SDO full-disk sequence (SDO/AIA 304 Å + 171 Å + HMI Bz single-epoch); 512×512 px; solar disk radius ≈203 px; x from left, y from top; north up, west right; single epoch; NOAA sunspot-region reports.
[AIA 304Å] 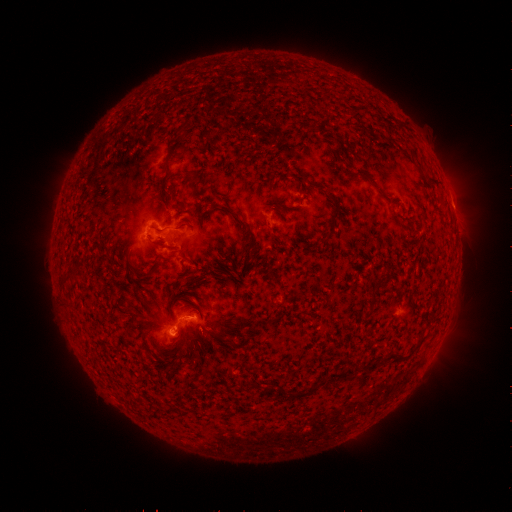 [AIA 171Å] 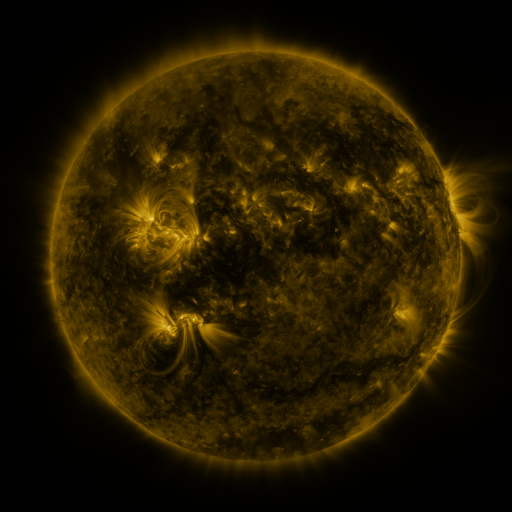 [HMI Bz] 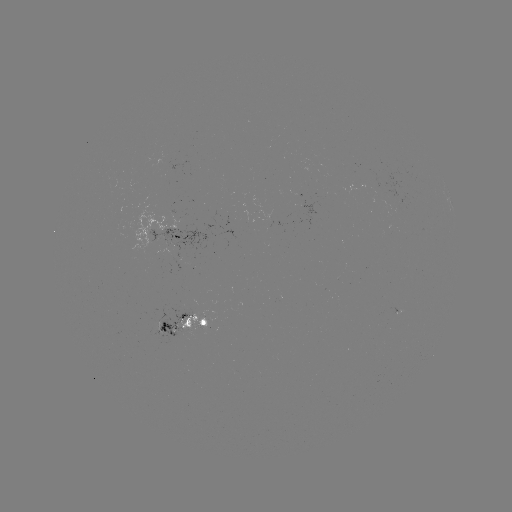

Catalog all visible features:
spotted active region: (454, 213)
spotted active region: (277, 219)
spotted active region: (176, 238)
spotted active region: (185, 325)
